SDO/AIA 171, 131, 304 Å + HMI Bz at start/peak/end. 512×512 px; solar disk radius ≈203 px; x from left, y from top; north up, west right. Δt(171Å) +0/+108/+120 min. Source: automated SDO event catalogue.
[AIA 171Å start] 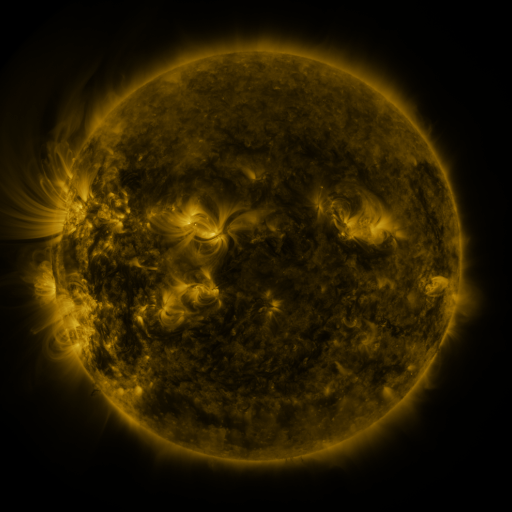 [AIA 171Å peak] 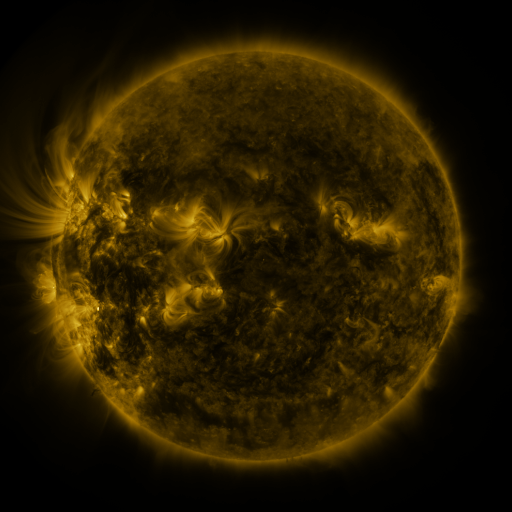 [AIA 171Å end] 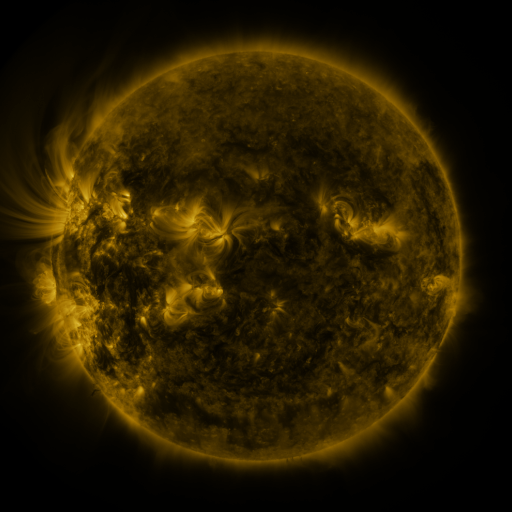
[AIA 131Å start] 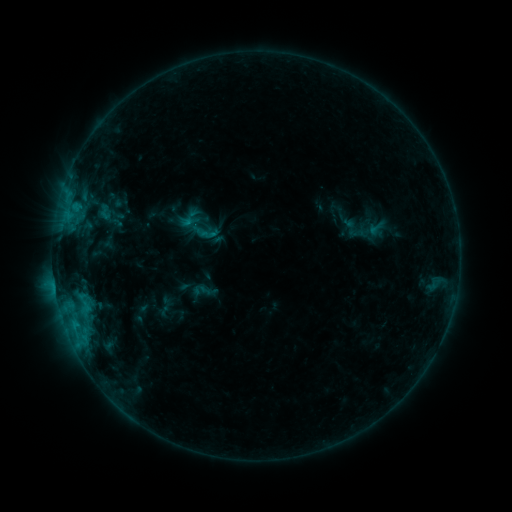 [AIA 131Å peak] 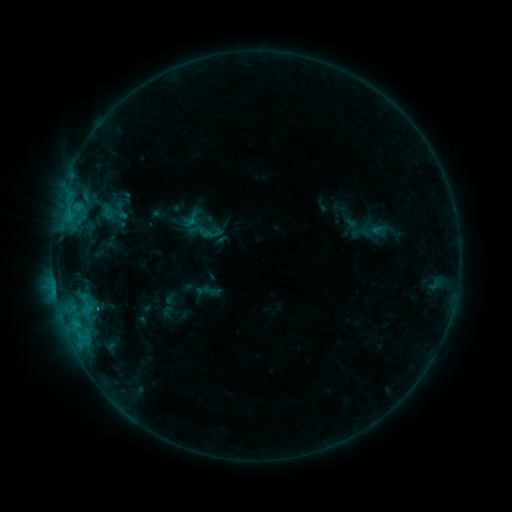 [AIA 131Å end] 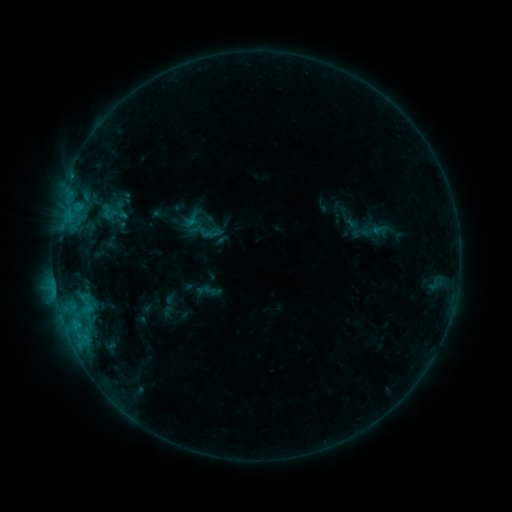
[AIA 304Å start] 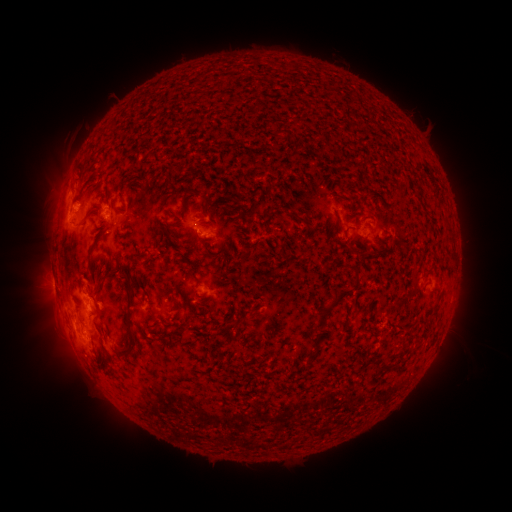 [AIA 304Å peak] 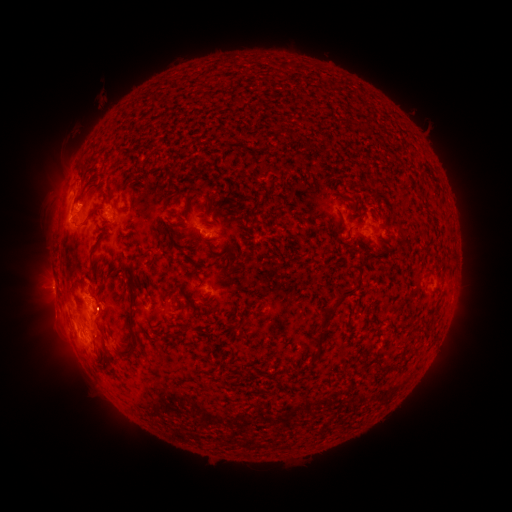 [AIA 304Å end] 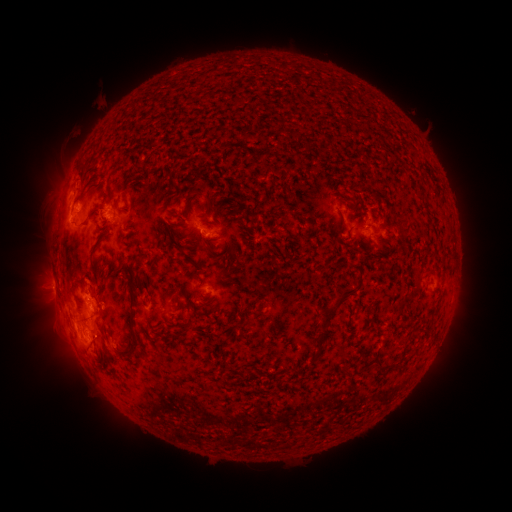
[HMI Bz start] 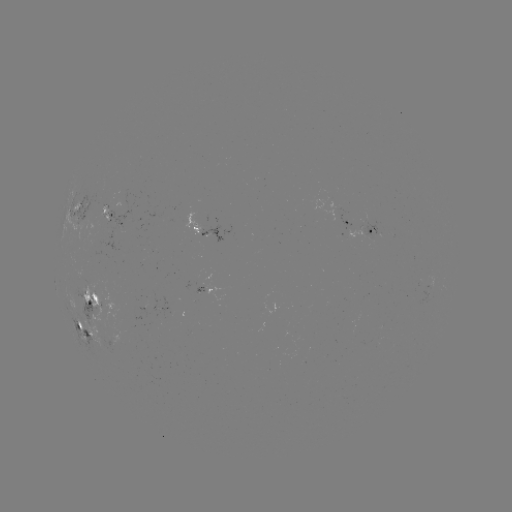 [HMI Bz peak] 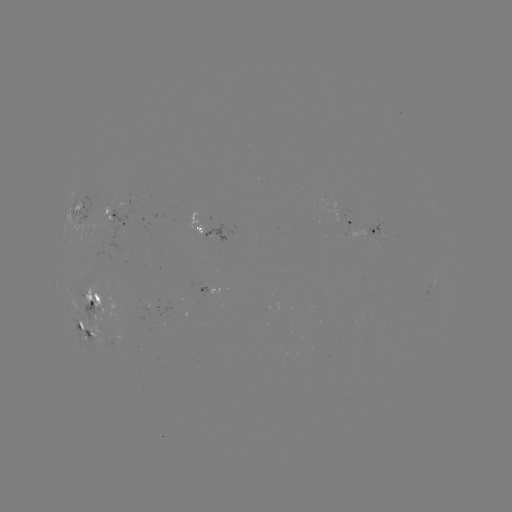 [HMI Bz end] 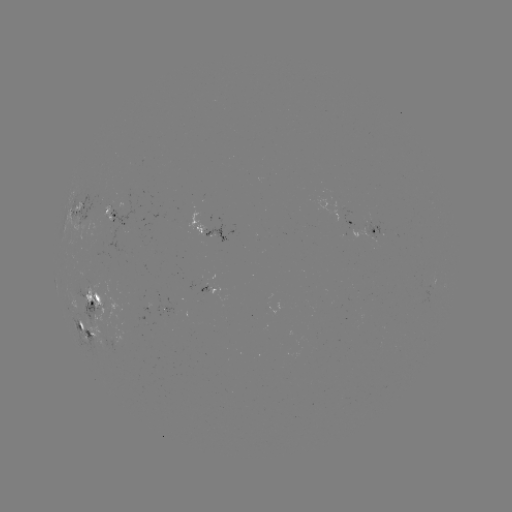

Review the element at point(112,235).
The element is emerging-flux region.